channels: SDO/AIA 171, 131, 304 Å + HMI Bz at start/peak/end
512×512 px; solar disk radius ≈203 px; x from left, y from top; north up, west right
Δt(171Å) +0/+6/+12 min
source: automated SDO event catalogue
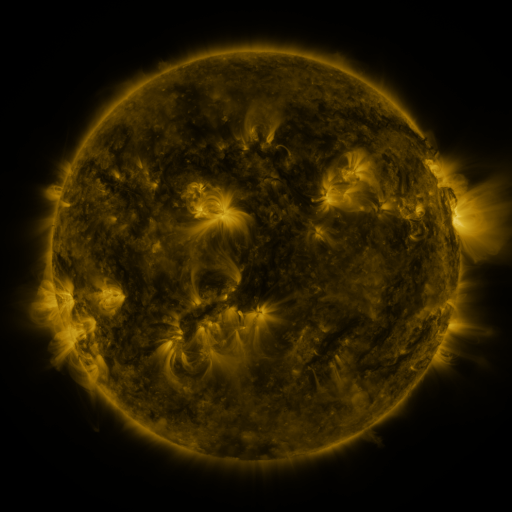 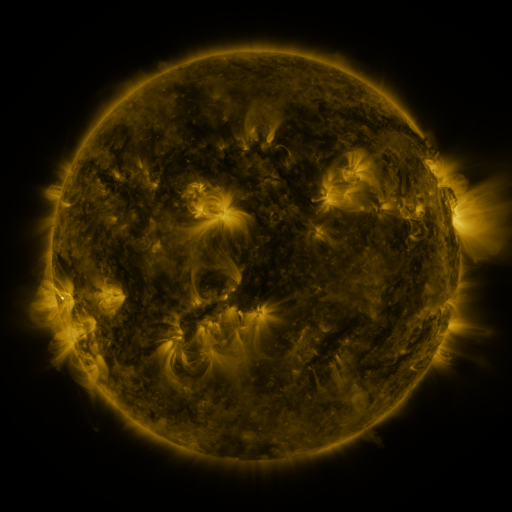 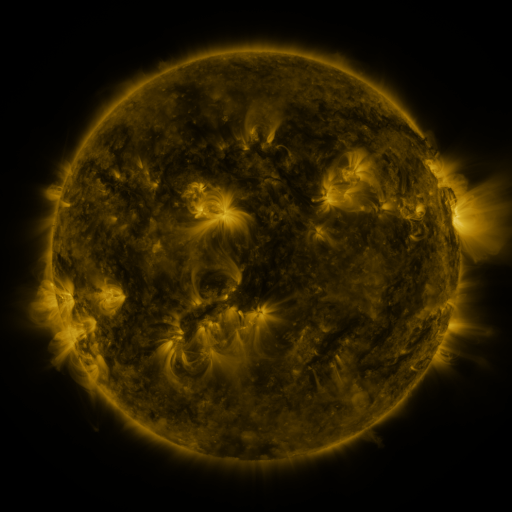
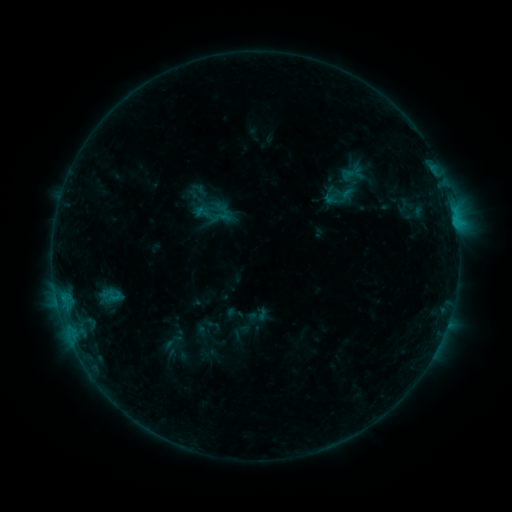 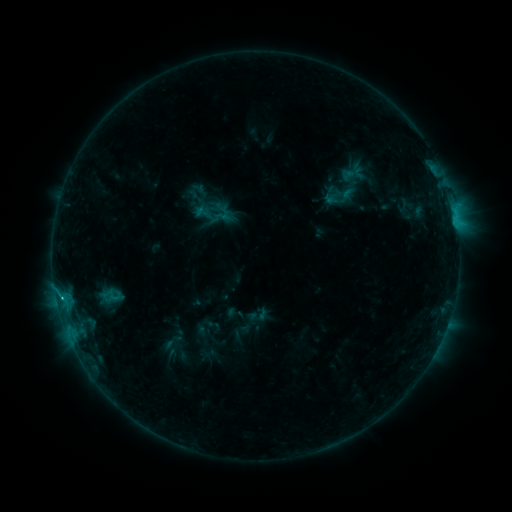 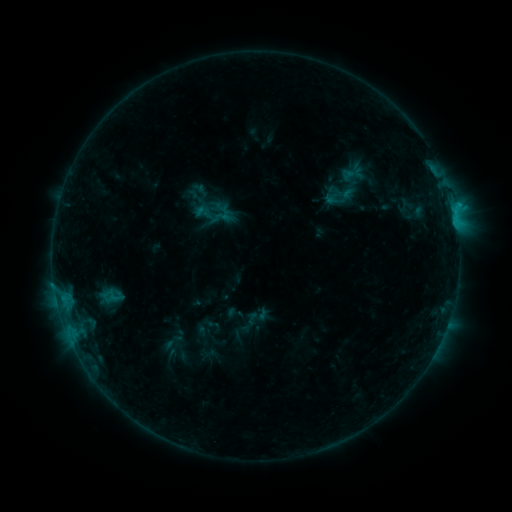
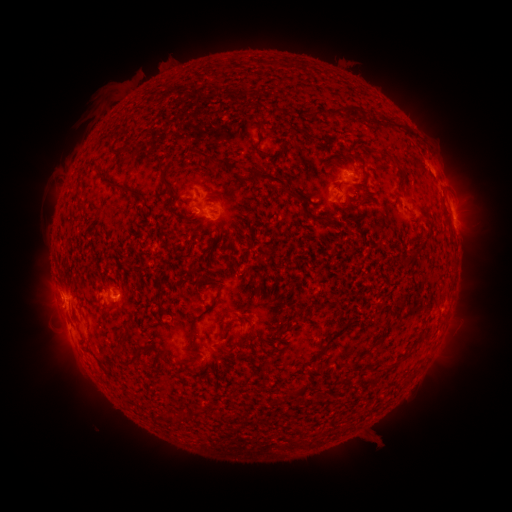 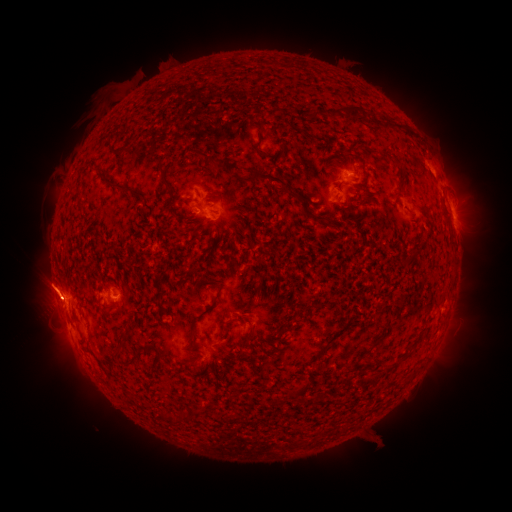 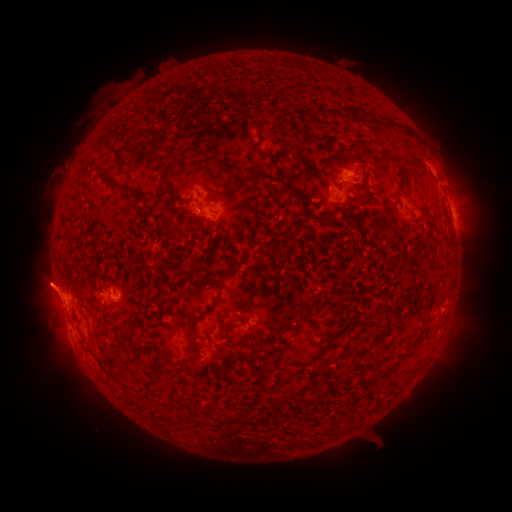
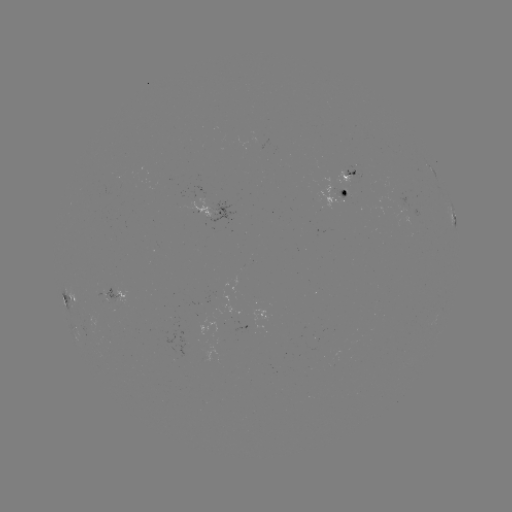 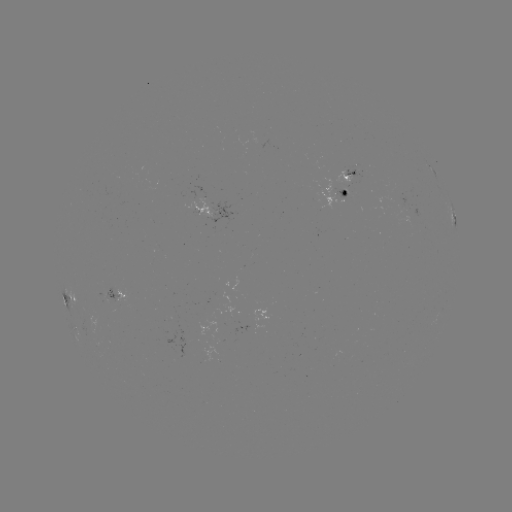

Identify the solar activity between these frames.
eruption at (49, 289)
